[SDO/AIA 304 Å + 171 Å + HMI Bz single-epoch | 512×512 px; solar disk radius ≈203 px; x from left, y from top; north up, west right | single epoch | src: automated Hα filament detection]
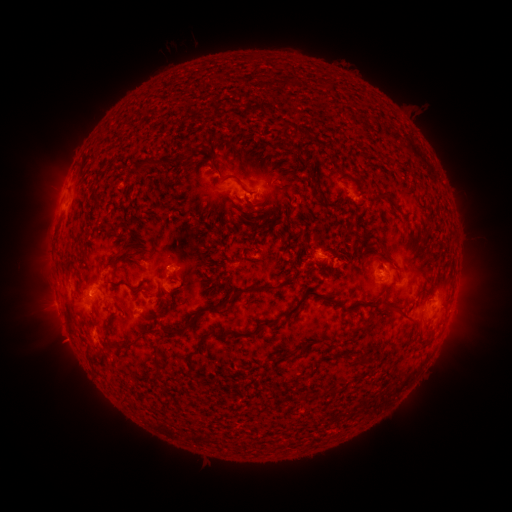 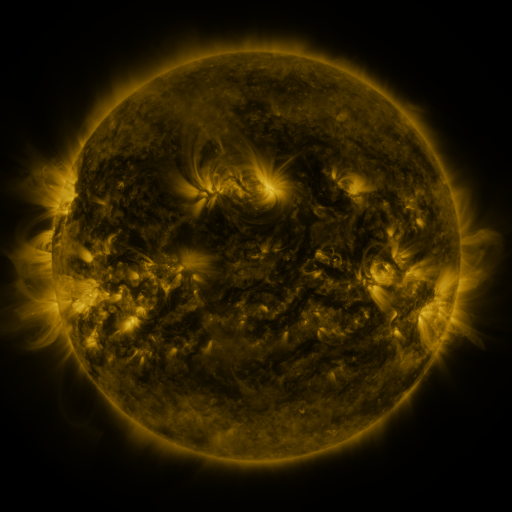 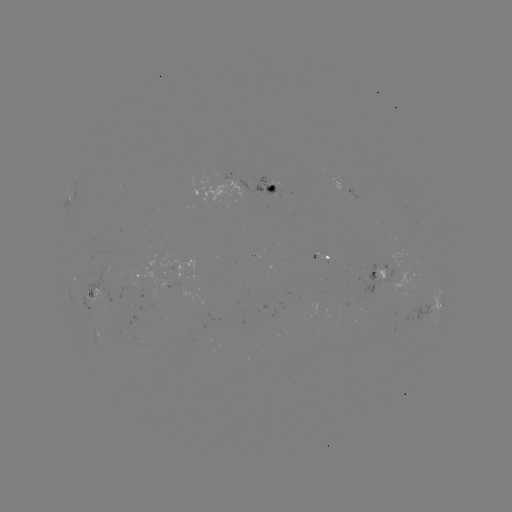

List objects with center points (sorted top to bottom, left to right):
filament: (288, 83)
filament: (287, 124)
filament: (304, 134)
filament: (255, 155)
filament: (164, 164)
filament: (141, 166)
filament: (236, 167)
filament: (216, 170)
filament: (279, 172)
filament: (280, 188)
filament: (316, 188)
filament: (384, 194)
filament: (258, 204)
filament: (350, 221)
filament: (140, 248)
filament: (69, 269)
filament: (210, 289)
filament: (247, 290)
filament: (317, 294)
filament: (176, 296)
filament: (160, 302)
filament: (372, 304)
filament: (217, 308)
filament: (402, 311)
filament: (187, 314)
filament: (270, 324)
filament: (185, 329)
filament: (252, 333)
filament: (206, 336)
filament: (133, 345)
filament: (301, 346)
filament: (157, 350)
filament: (285, 352)
filament: (95, 357)
filament: (362, 362)
filament: (158, 374)
